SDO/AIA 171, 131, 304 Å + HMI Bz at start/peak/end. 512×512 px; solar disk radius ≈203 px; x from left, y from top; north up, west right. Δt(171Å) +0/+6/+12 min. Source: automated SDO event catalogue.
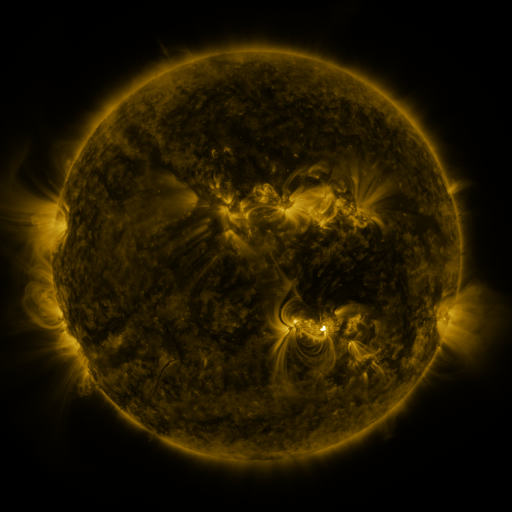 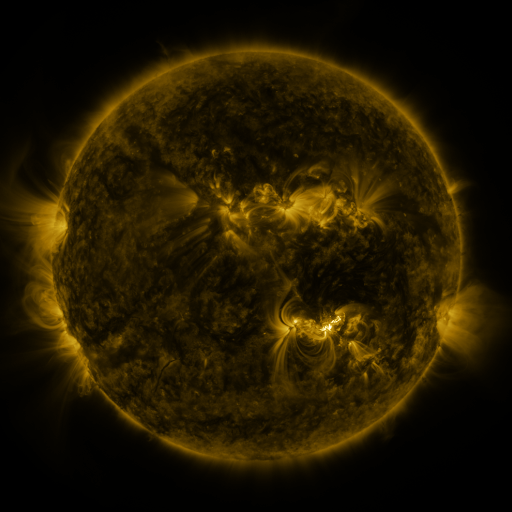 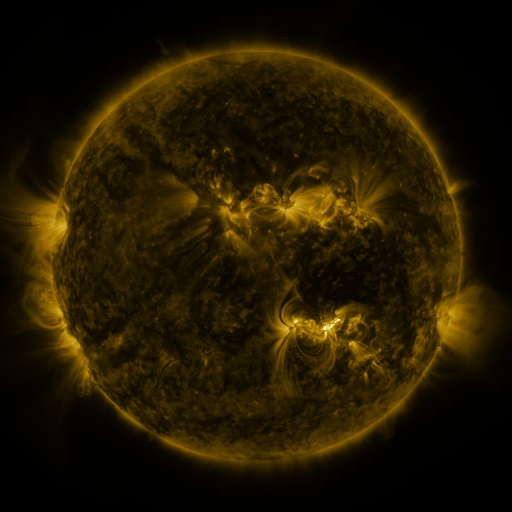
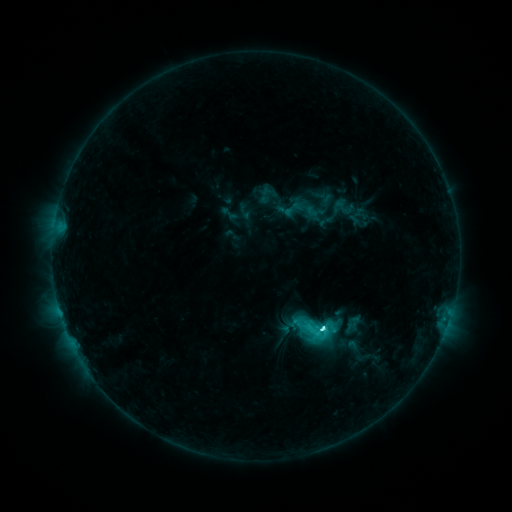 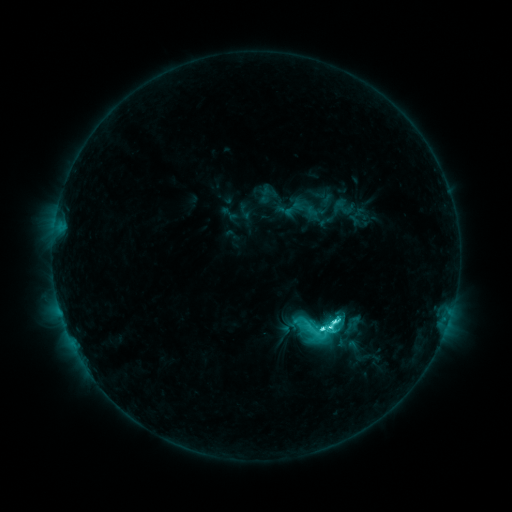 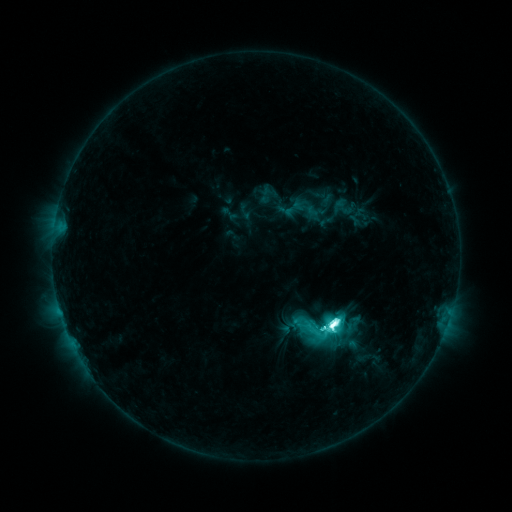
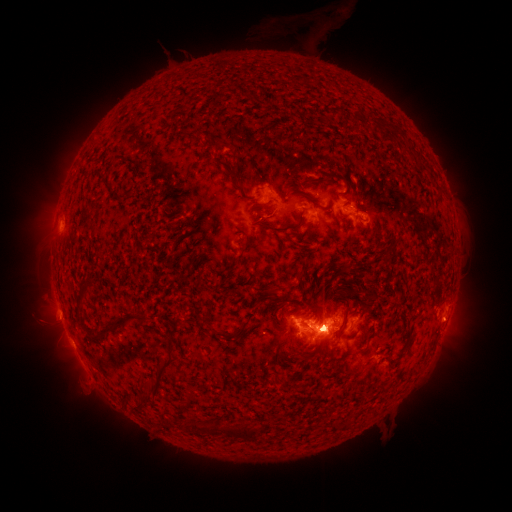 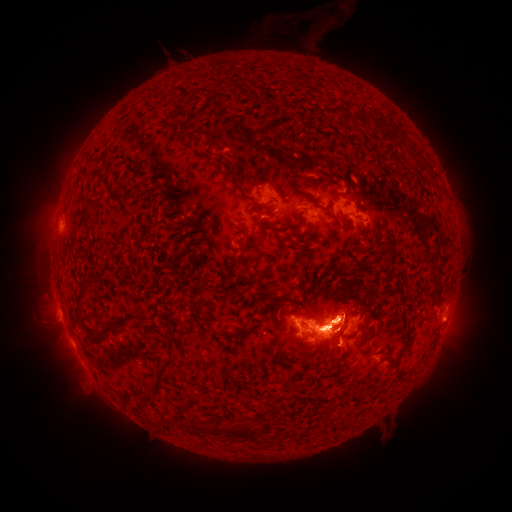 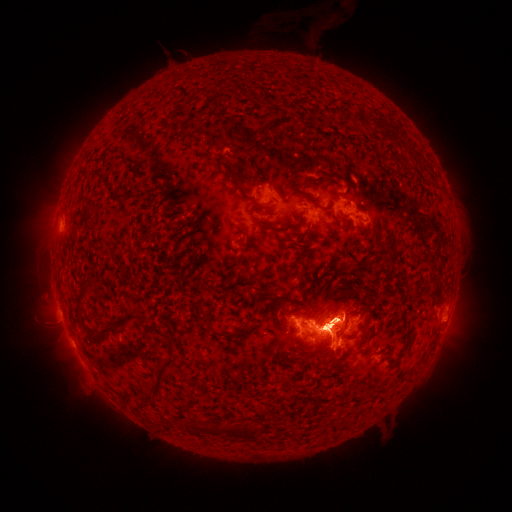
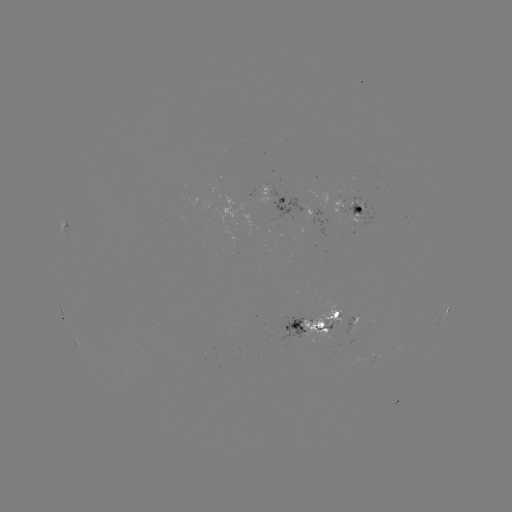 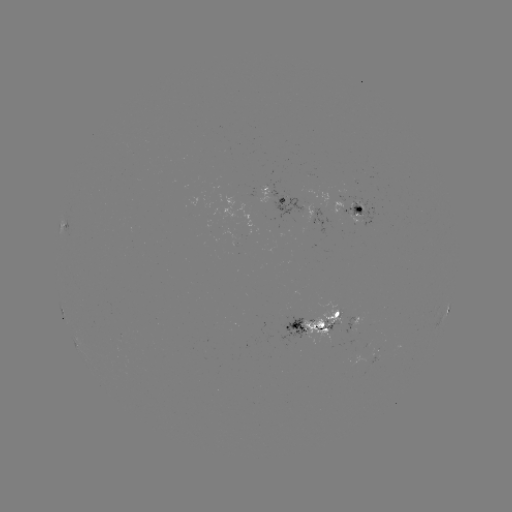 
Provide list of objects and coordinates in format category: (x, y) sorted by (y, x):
eruption: (51, 336)
